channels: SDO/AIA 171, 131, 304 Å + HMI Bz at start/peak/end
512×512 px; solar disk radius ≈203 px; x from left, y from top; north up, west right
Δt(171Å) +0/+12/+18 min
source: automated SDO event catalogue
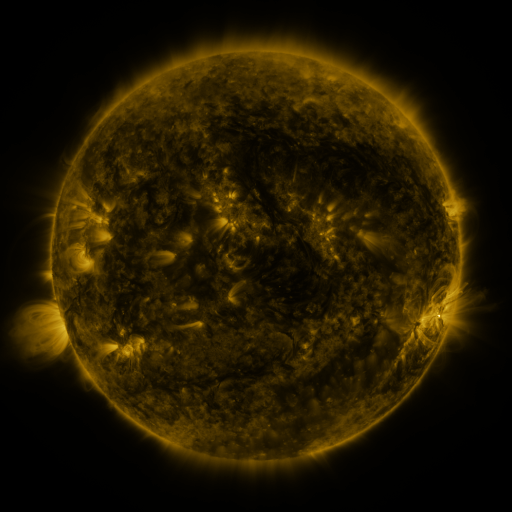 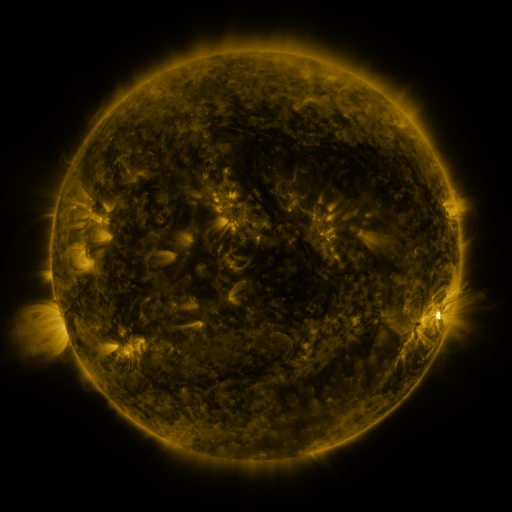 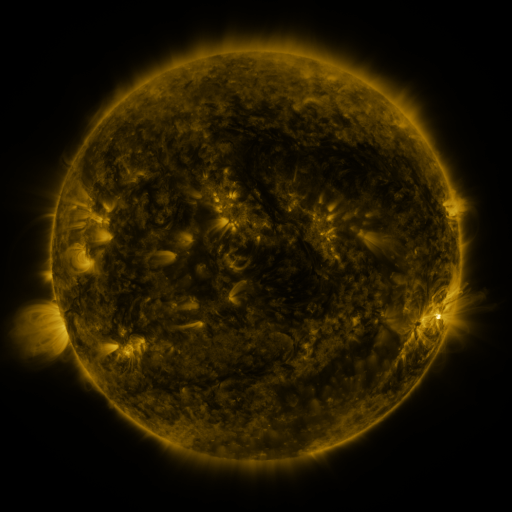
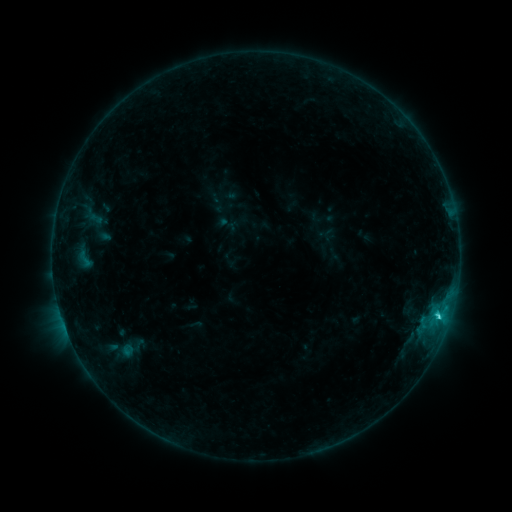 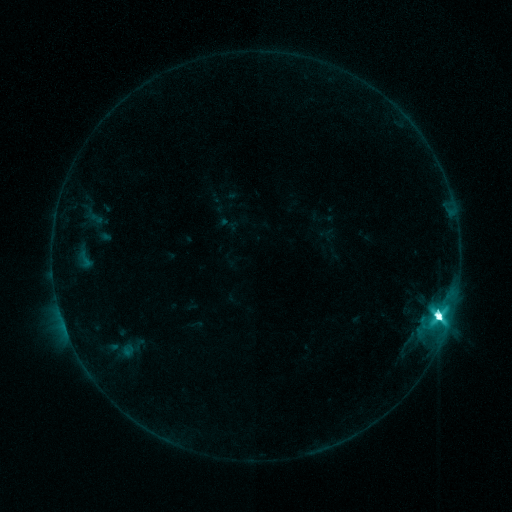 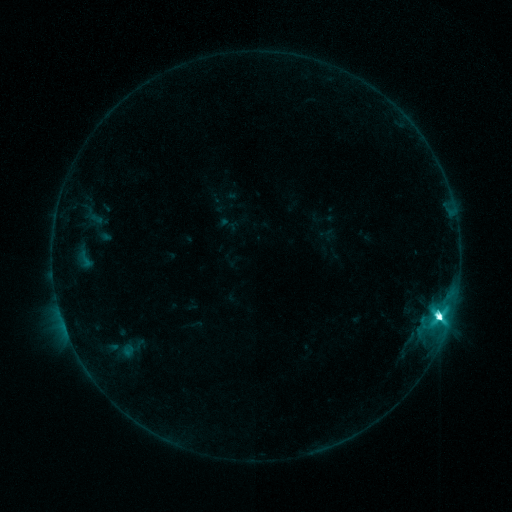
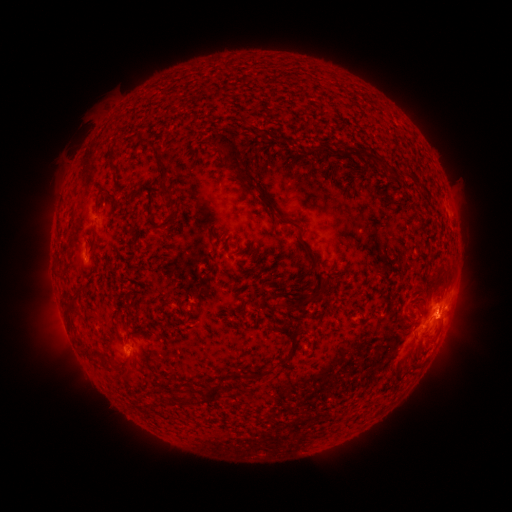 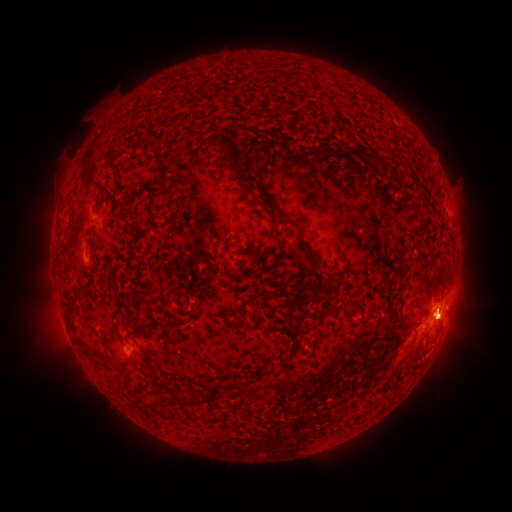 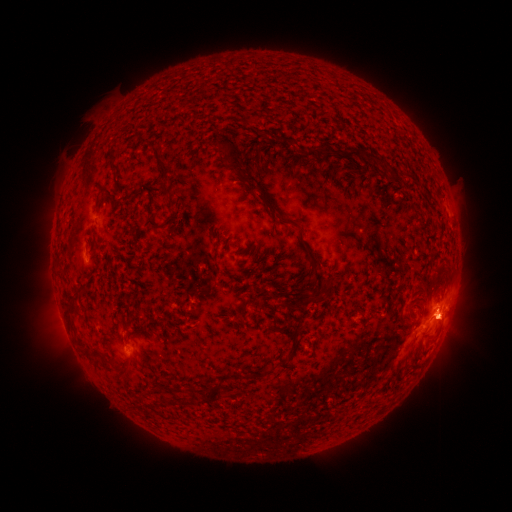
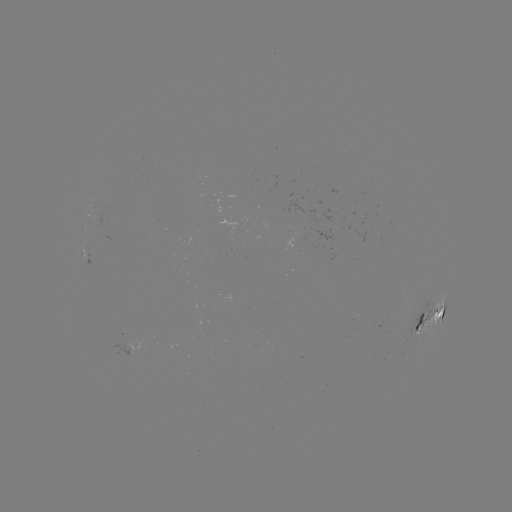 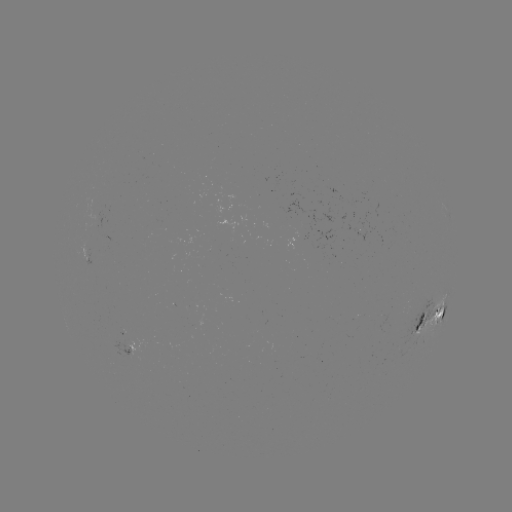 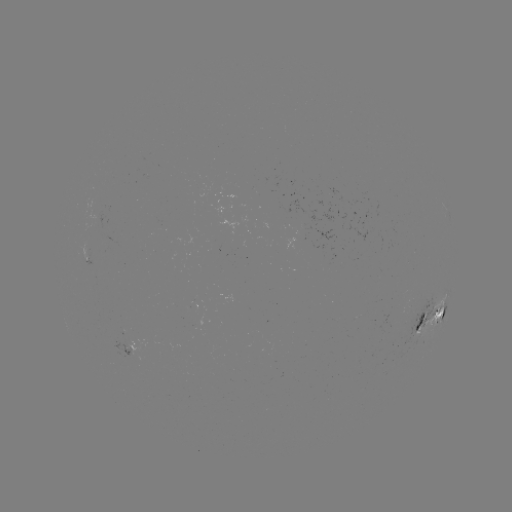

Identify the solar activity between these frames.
M2.2 flare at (436, 314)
